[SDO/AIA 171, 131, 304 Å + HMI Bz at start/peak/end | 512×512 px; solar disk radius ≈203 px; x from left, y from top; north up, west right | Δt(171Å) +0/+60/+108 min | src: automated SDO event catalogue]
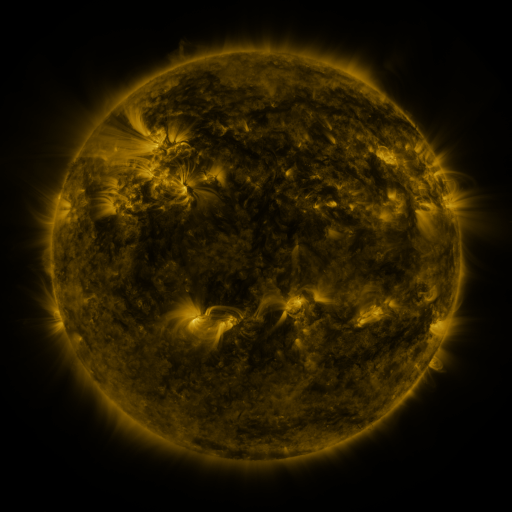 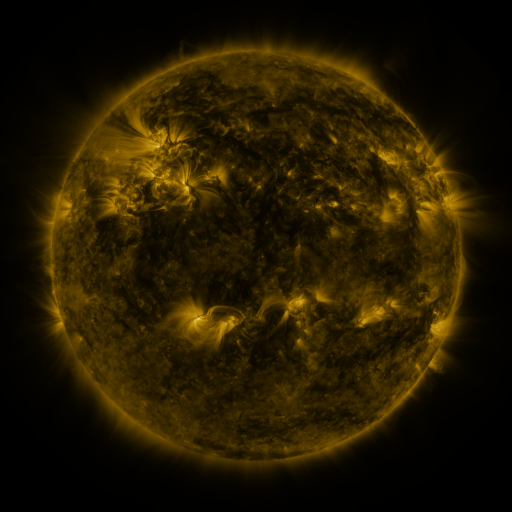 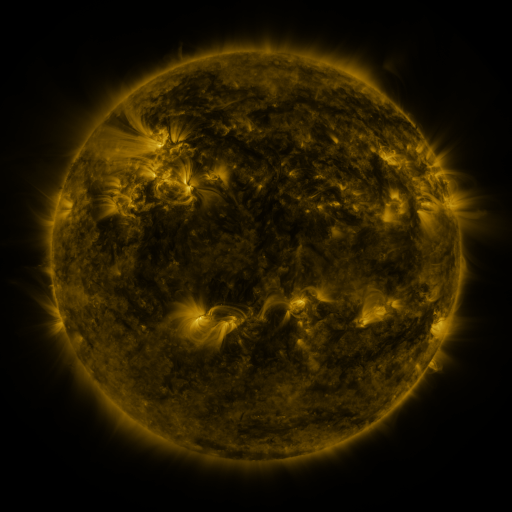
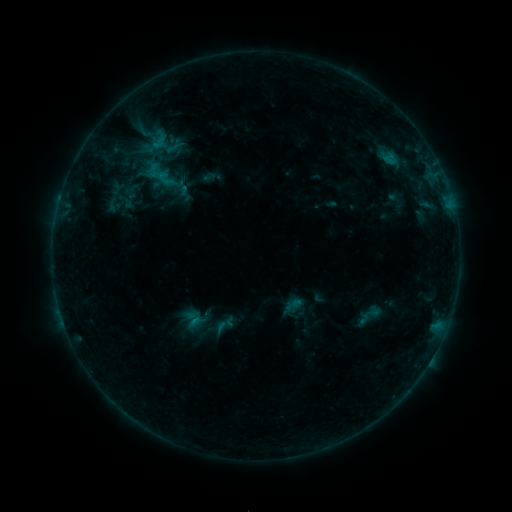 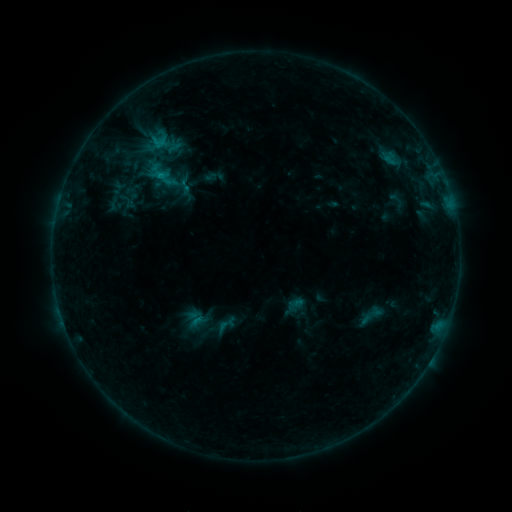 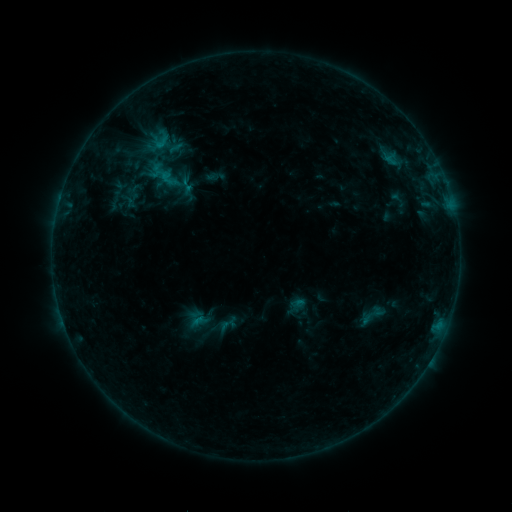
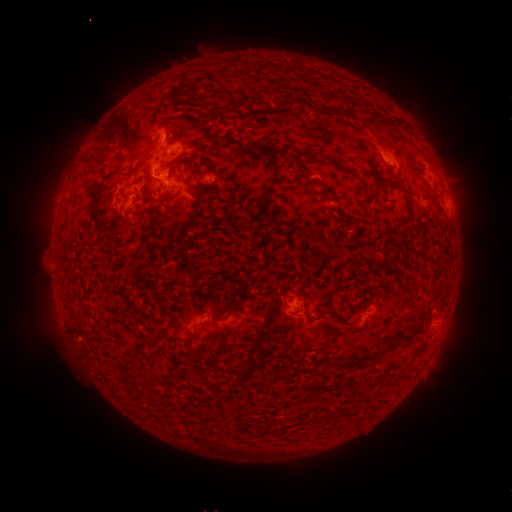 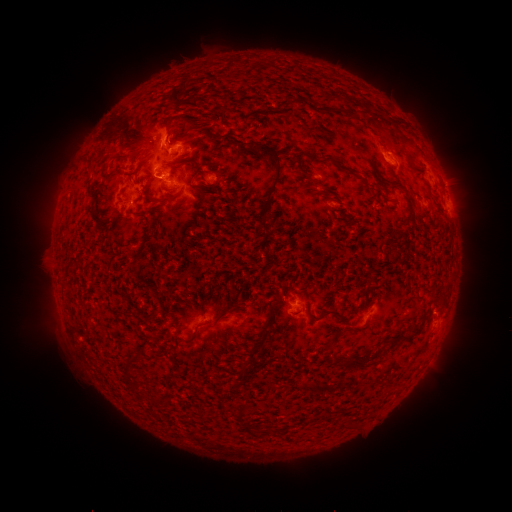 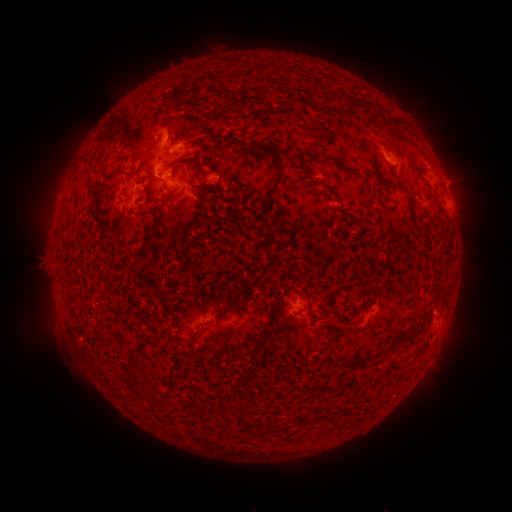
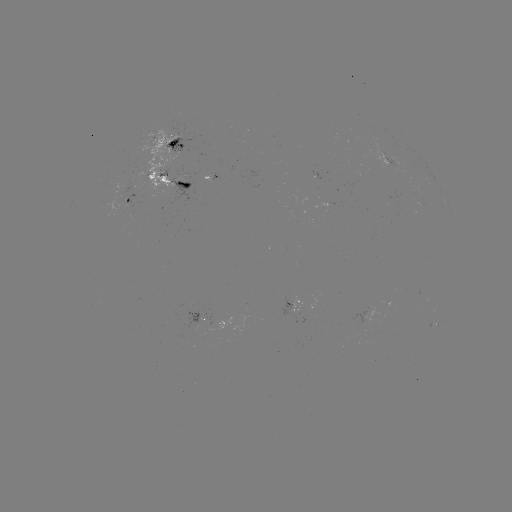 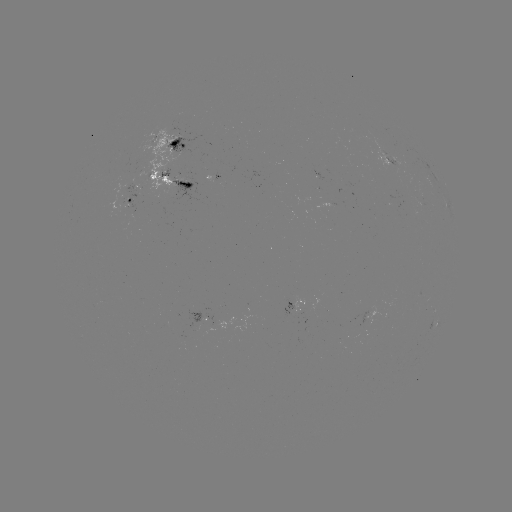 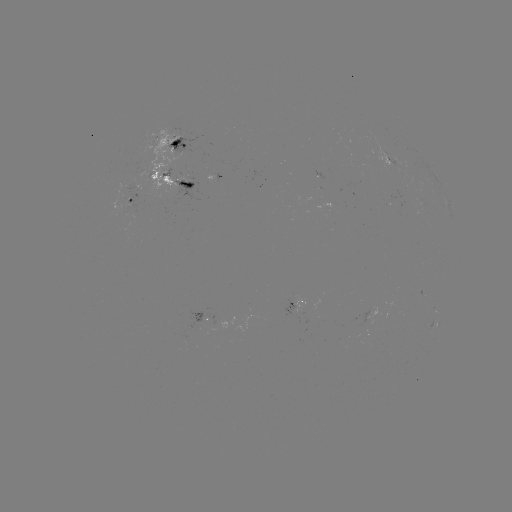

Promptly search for C1.1 flare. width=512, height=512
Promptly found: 161,178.